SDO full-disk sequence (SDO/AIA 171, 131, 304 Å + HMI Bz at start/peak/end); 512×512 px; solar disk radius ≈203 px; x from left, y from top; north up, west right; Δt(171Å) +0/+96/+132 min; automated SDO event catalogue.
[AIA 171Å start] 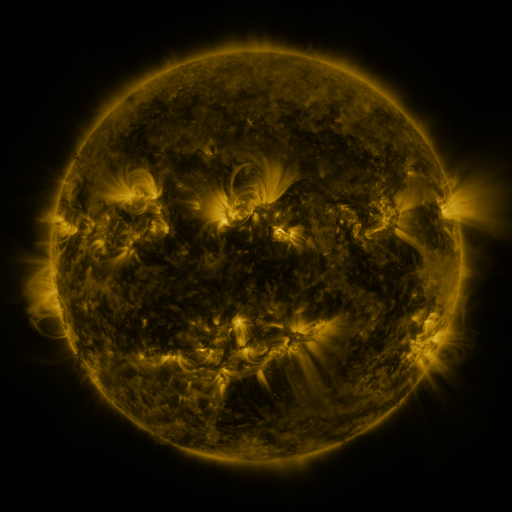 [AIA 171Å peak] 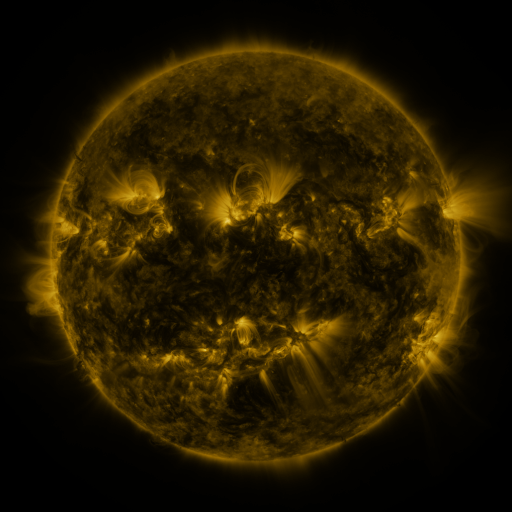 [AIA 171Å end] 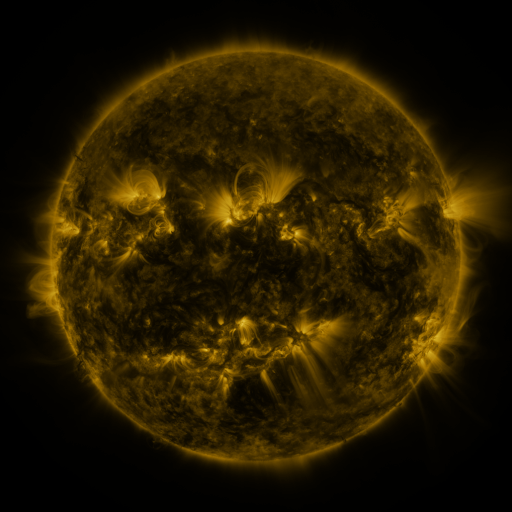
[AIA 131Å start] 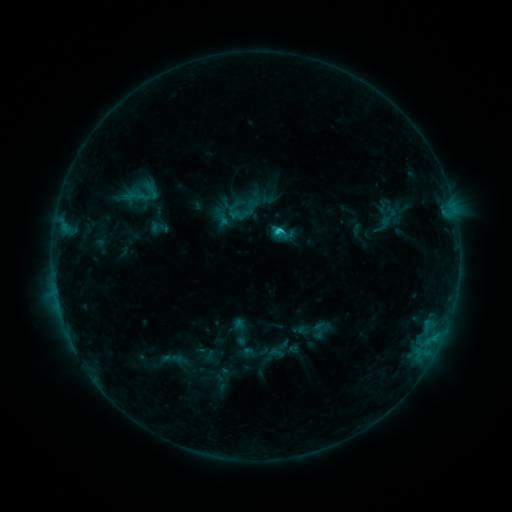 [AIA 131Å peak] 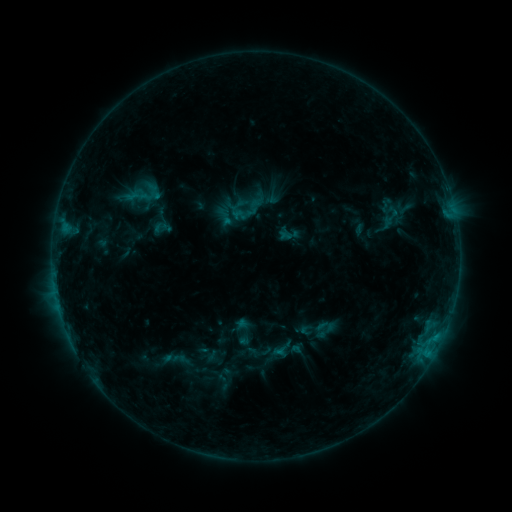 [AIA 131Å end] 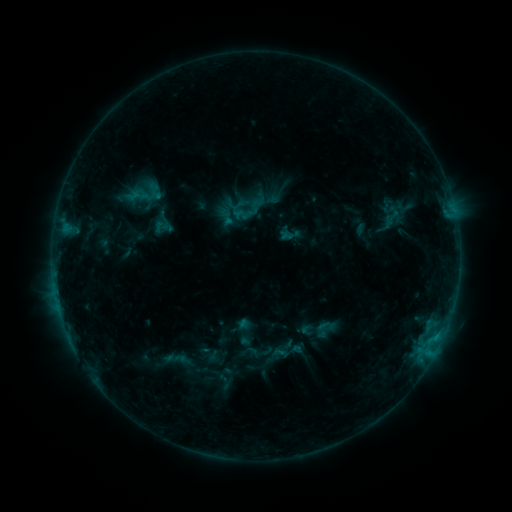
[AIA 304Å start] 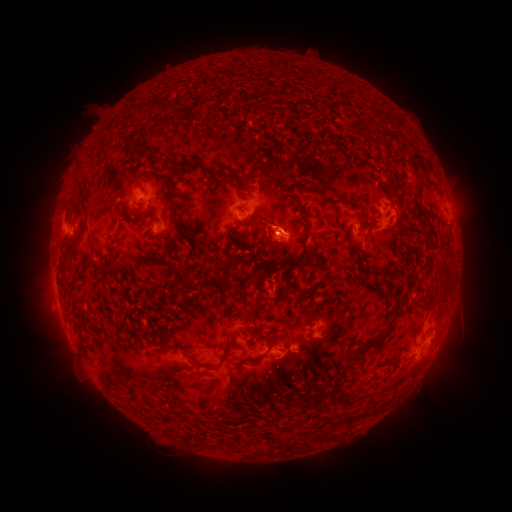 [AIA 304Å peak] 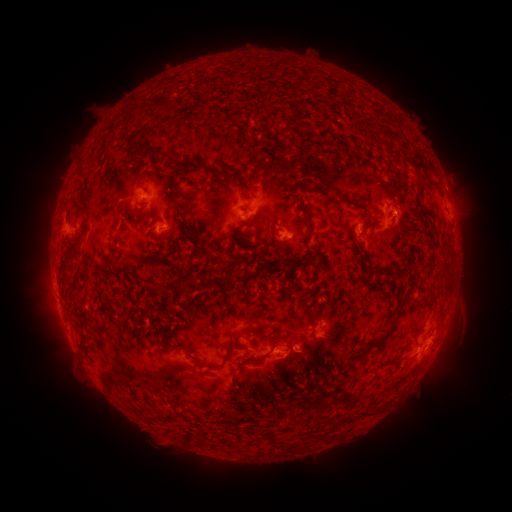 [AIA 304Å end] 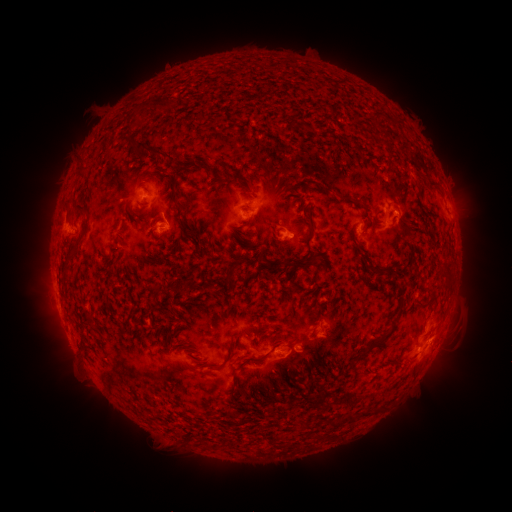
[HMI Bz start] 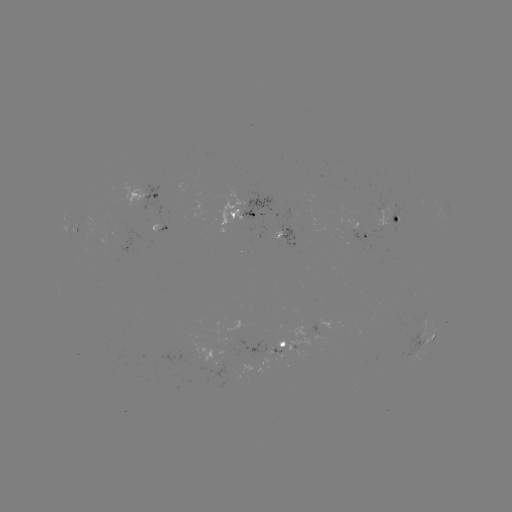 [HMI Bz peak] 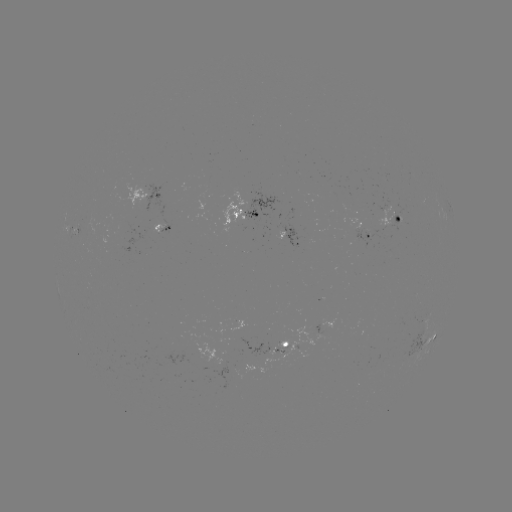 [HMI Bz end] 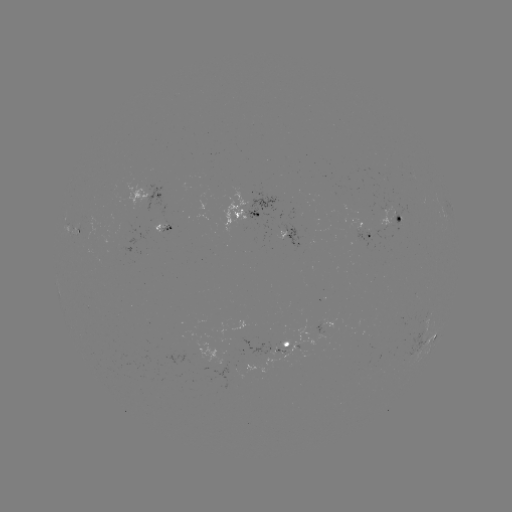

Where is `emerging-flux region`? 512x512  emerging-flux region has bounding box [341, 219, 371, 247].